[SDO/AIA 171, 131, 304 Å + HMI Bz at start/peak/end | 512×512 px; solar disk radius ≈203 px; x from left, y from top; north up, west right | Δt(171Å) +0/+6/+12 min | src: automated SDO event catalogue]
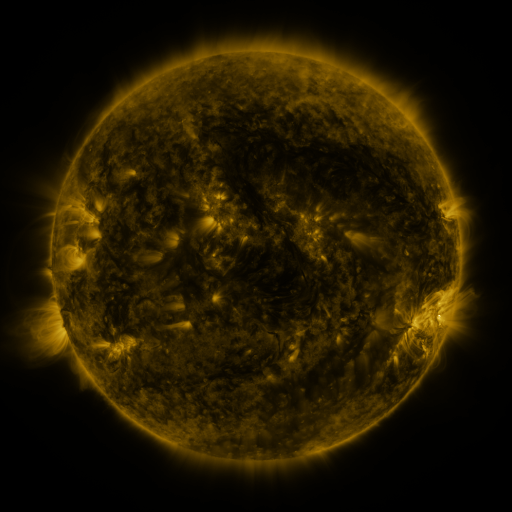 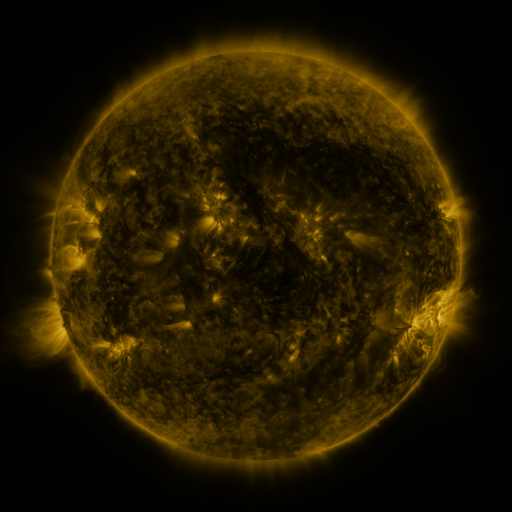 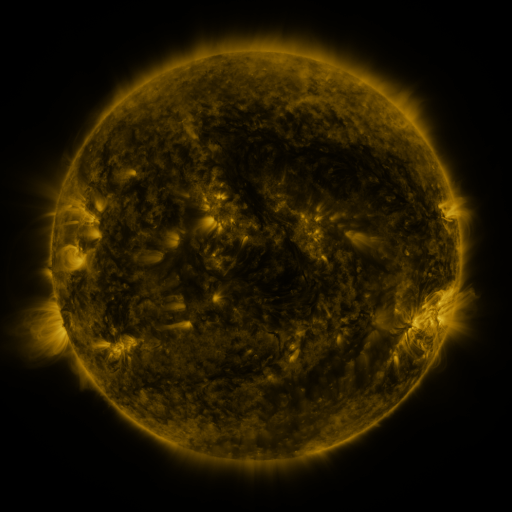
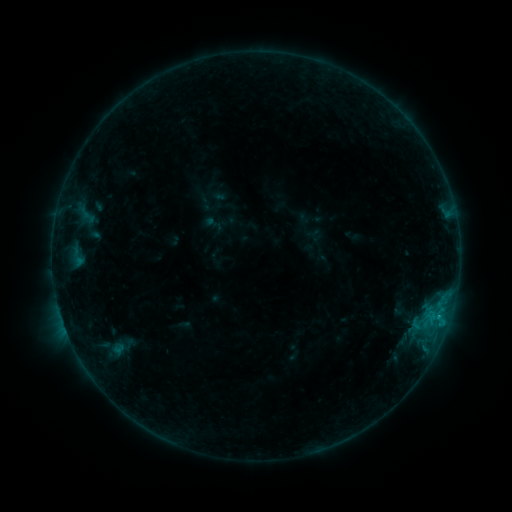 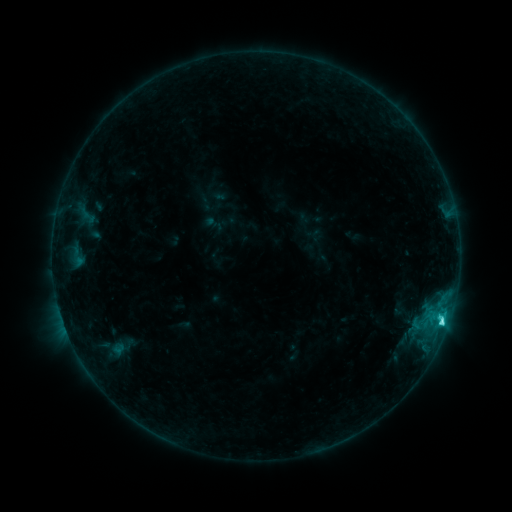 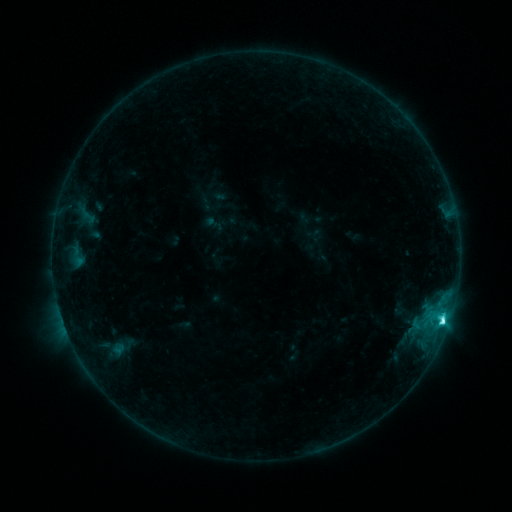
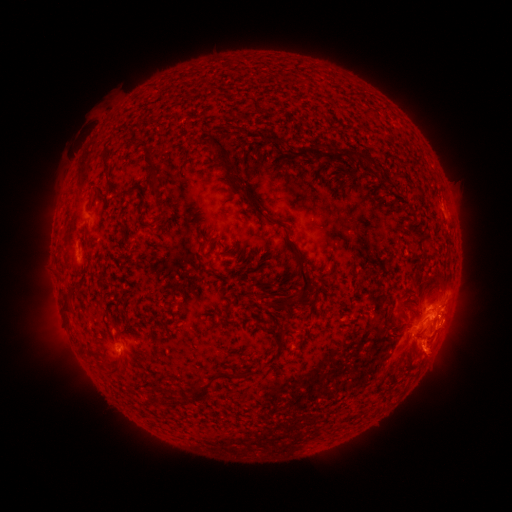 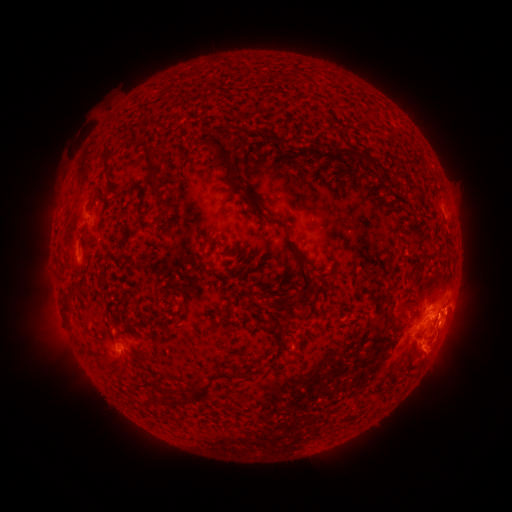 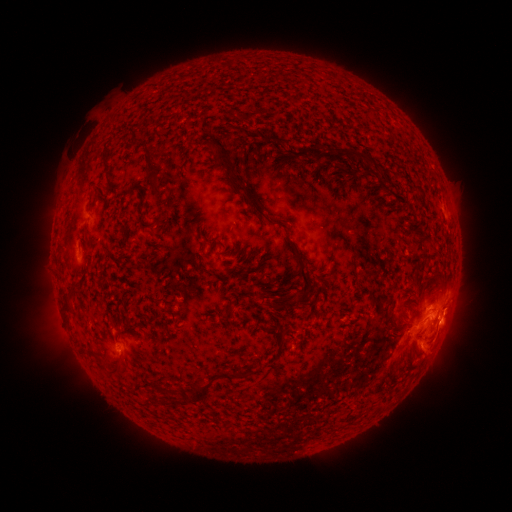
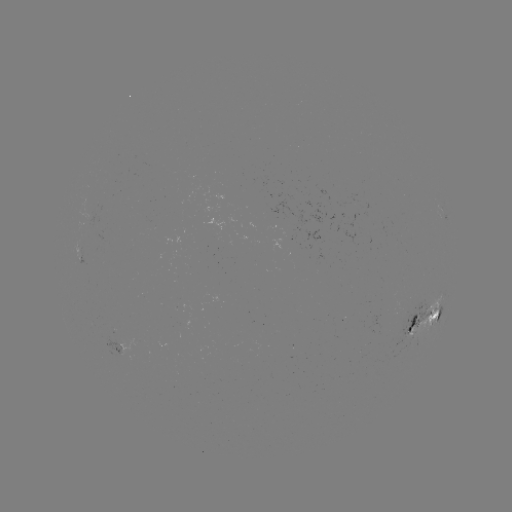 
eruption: (434, 280, 483, 338)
